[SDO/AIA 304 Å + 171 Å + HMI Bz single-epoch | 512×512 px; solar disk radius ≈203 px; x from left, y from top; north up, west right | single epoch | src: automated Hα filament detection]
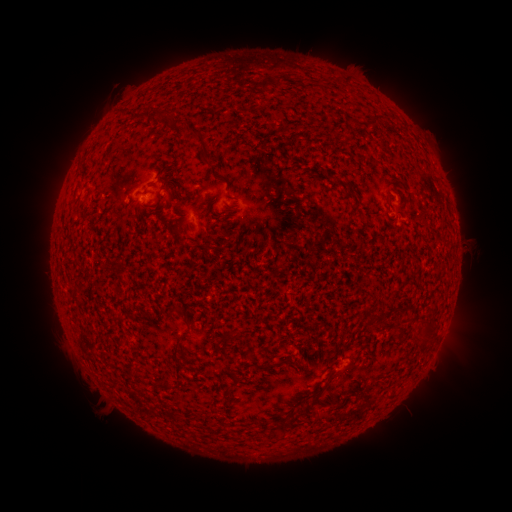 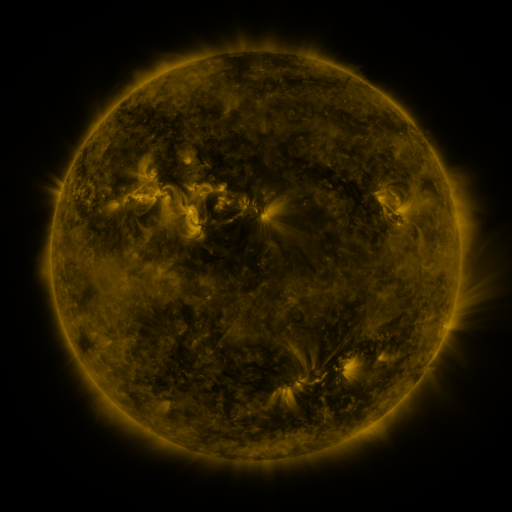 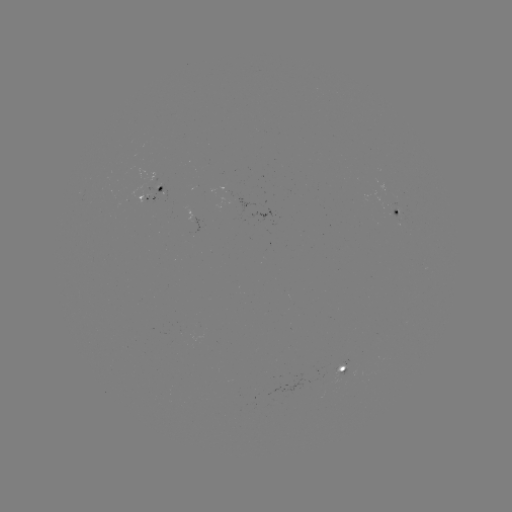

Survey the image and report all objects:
filament: (266, 83)
filament: (376, 122)
filament: (196, 131)
filament: (207, 161)
filament: (200, 198)
filament: (390, 204)
filament: (427, 331)
filament: (174, 349)
filament: (248, 357)
filament: (288, 363)
filament: (176, 367)
filament: (331, 372)
filament: (161, 384)
filament: (318, 391)
